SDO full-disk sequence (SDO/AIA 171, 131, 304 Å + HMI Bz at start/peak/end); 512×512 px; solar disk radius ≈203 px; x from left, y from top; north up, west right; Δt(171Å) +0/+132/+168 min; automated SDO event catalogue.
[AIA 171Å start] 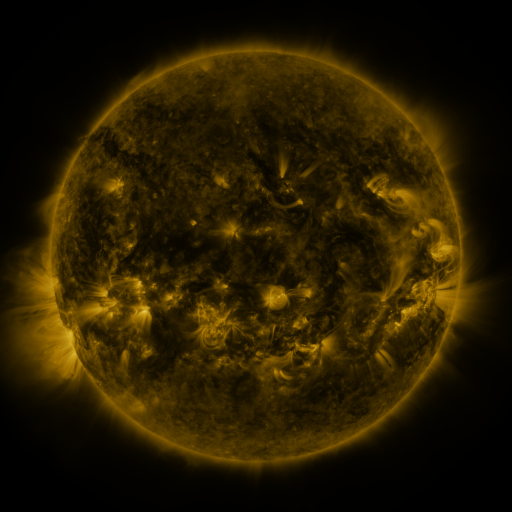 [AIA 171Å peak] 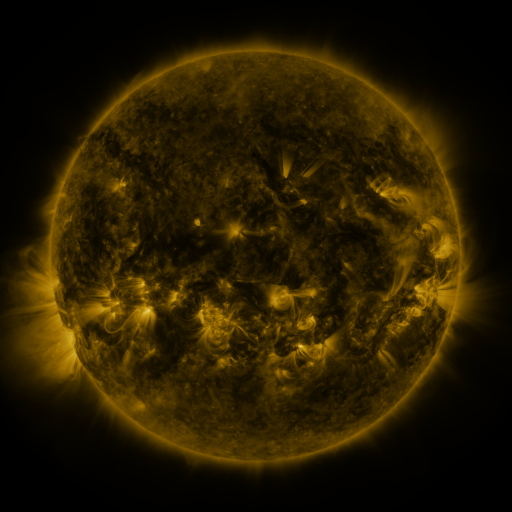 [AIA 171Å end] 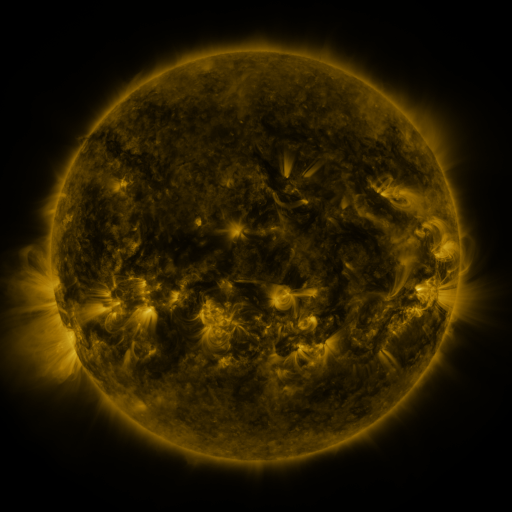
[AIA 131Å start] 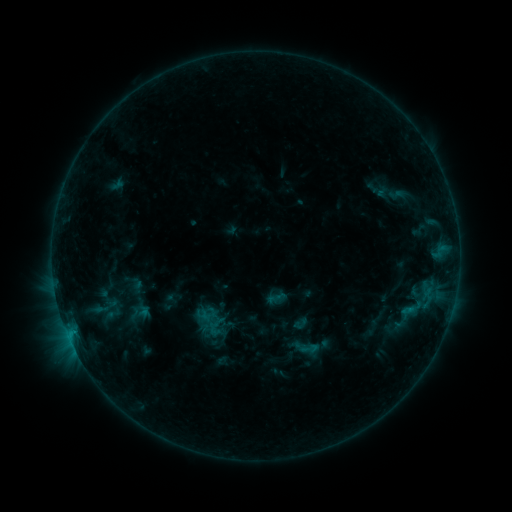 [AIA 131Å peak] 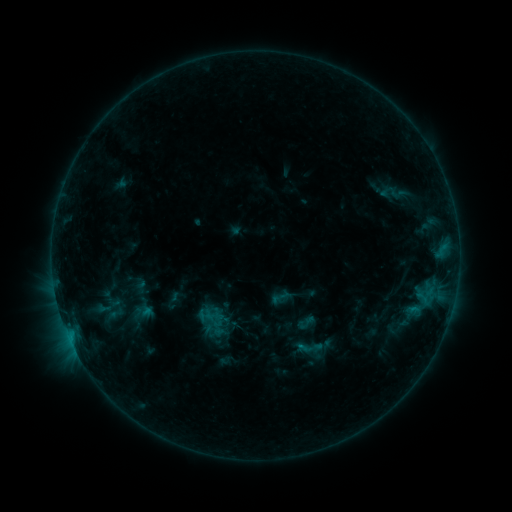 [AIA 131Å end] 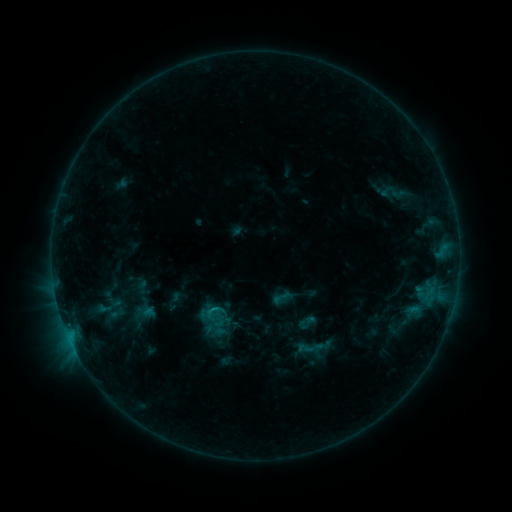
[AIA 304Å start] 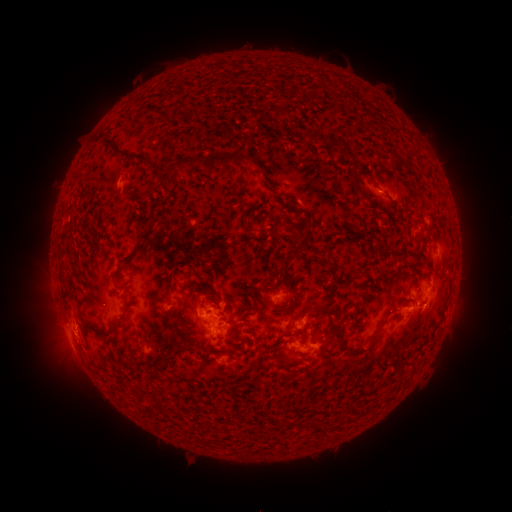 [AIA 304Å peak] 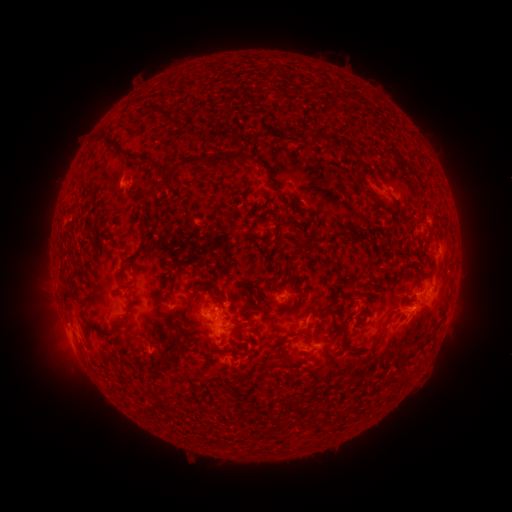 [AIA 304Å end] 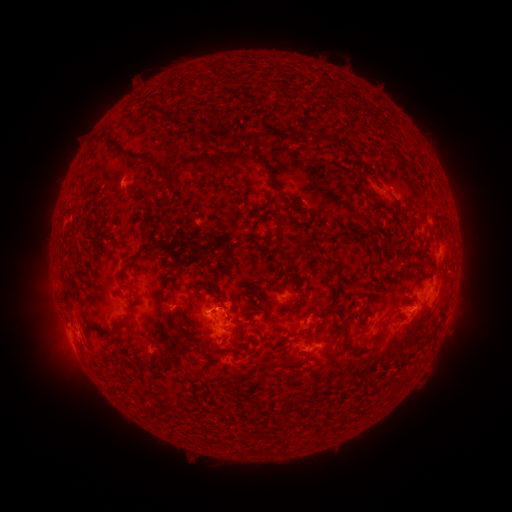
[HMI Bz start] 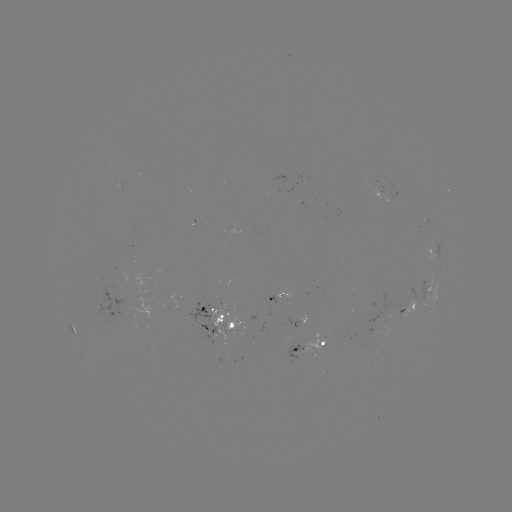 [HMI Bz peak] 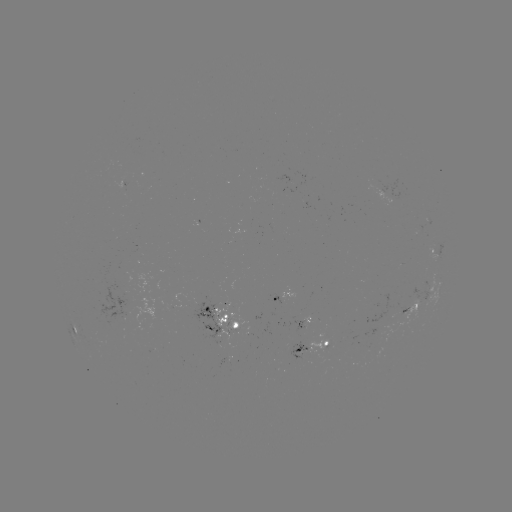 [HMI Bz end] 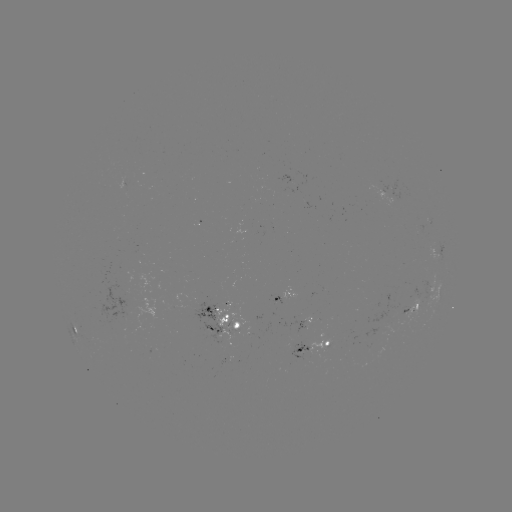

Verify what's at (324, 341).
emerging-flux region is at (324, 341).